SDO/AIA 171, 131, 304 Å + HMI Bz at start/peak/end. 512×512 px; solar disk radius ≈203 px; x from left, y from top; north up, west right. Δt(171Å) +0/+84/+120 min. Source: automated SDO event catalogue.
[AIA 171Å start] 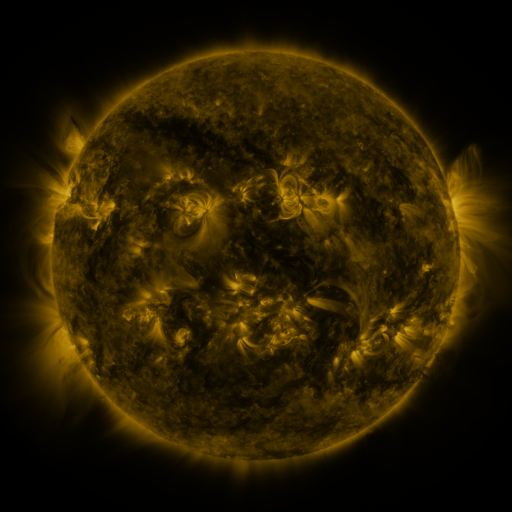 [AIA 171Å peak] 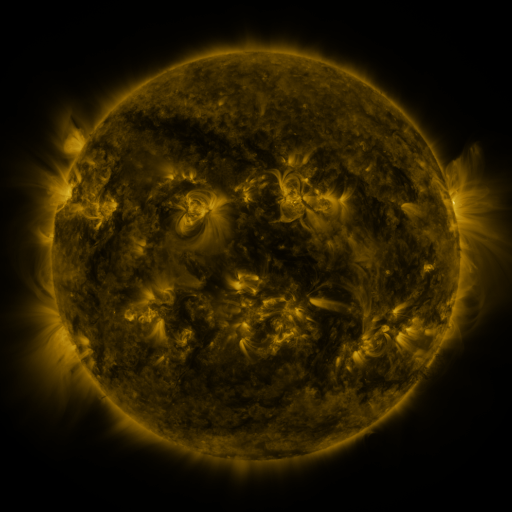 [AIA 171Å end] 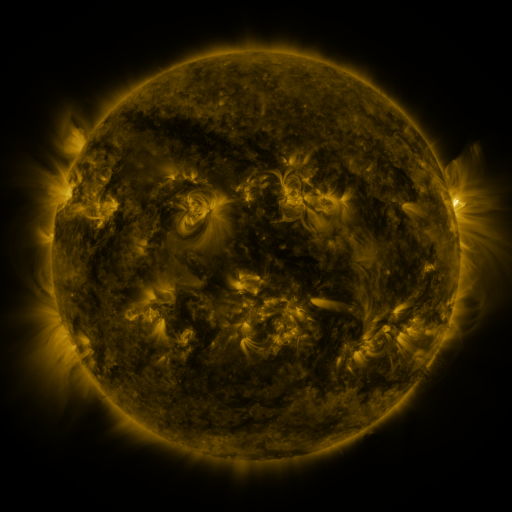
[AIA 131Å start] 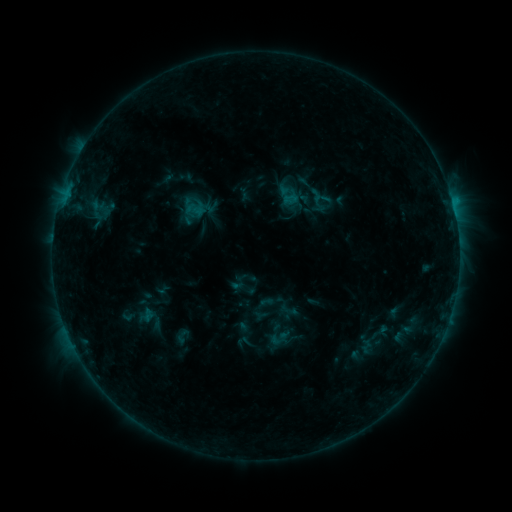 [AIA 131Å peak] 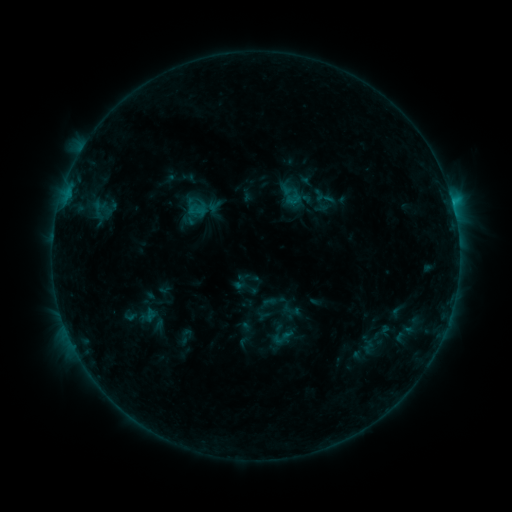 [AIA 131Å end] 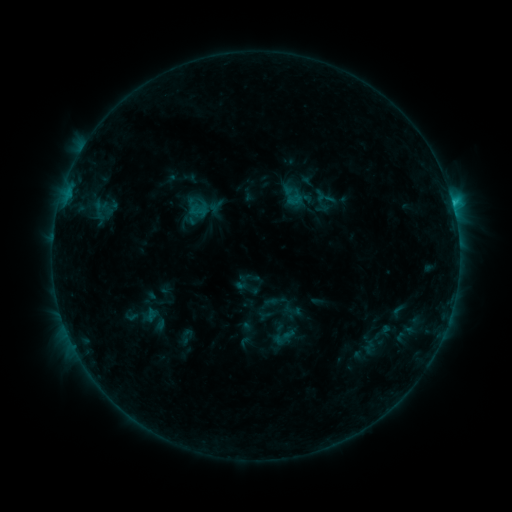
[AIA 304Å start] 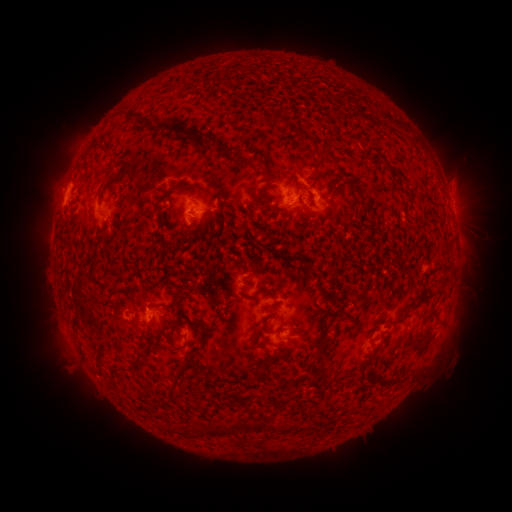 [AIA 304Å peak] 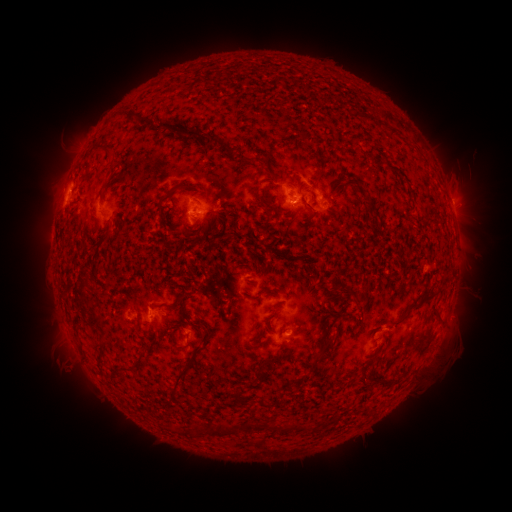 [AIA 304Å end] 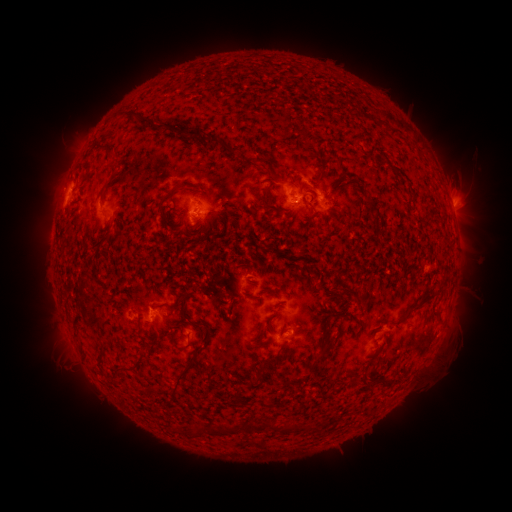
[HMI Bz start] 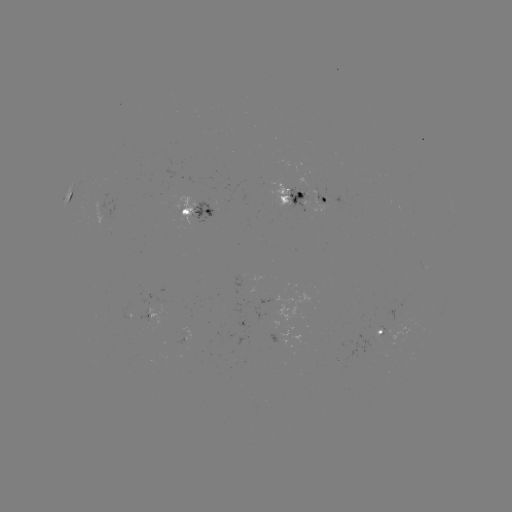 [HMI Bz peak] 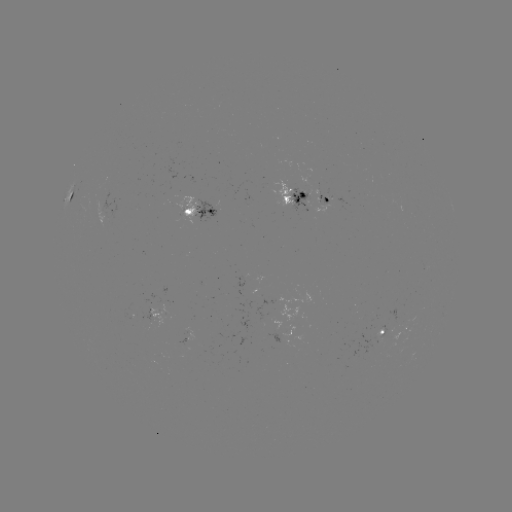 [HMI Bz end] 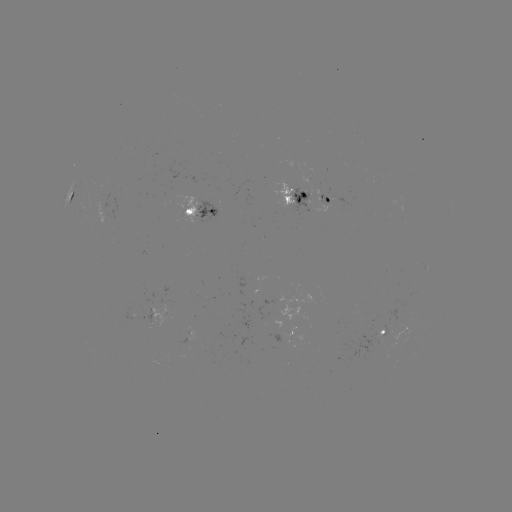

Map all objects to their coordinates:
emerging-flux region: (376, 330)
